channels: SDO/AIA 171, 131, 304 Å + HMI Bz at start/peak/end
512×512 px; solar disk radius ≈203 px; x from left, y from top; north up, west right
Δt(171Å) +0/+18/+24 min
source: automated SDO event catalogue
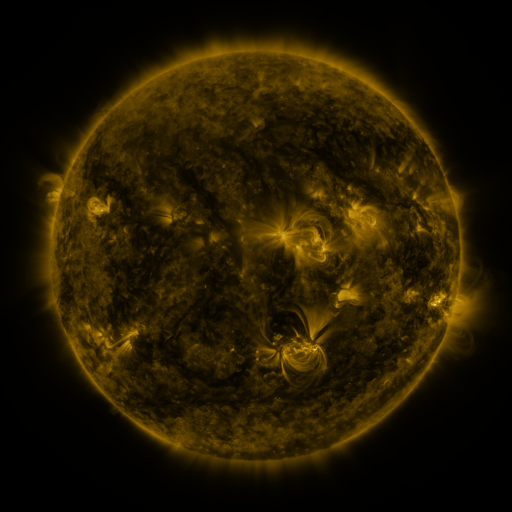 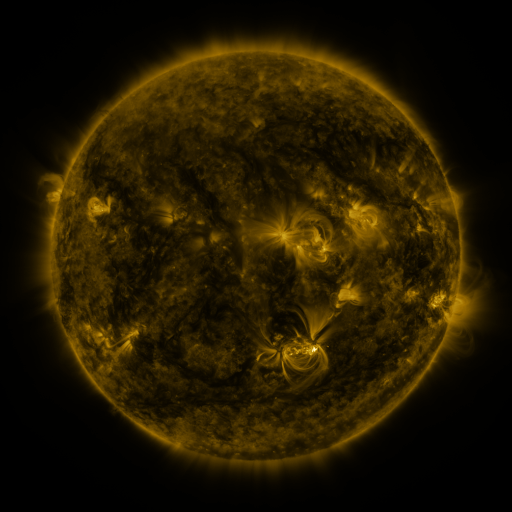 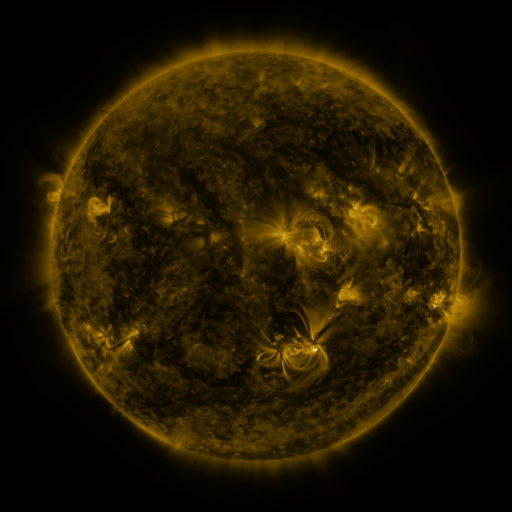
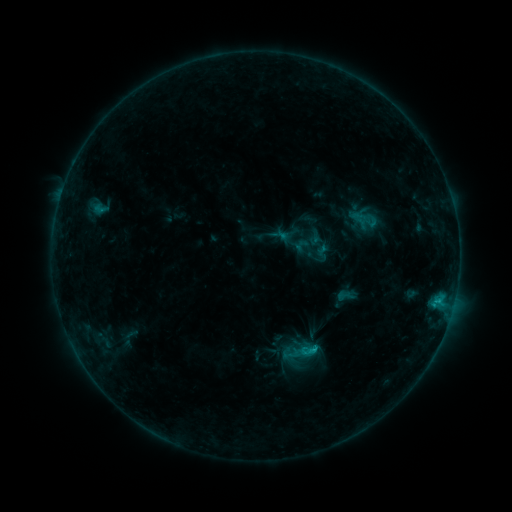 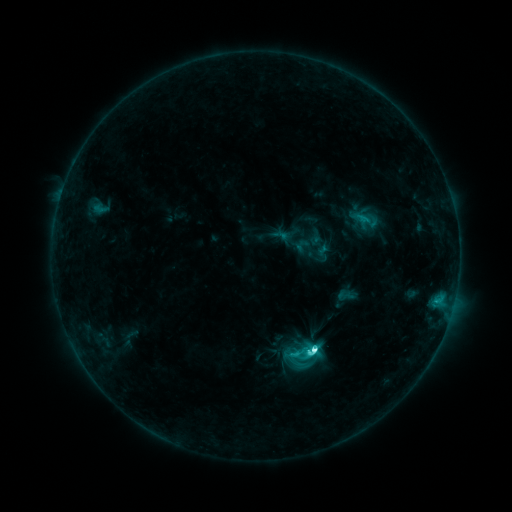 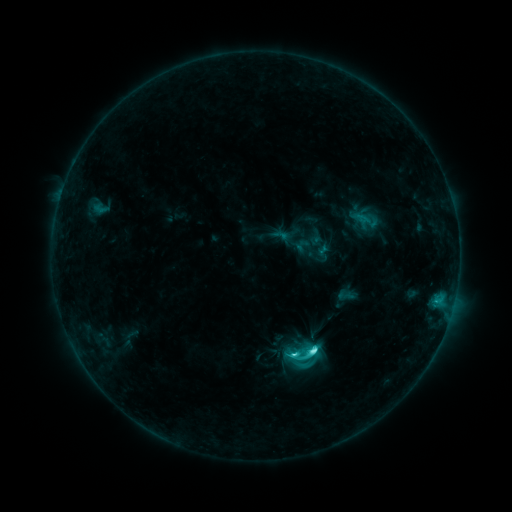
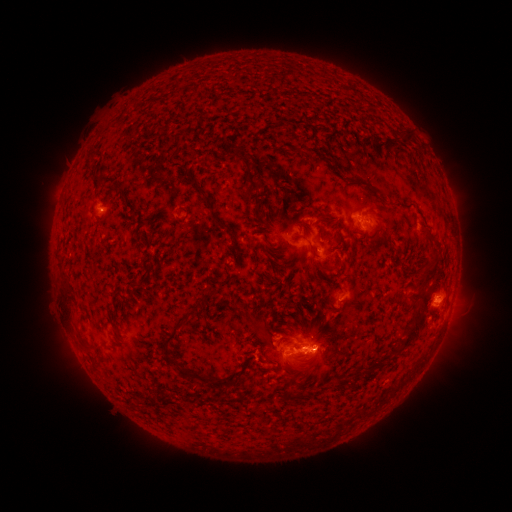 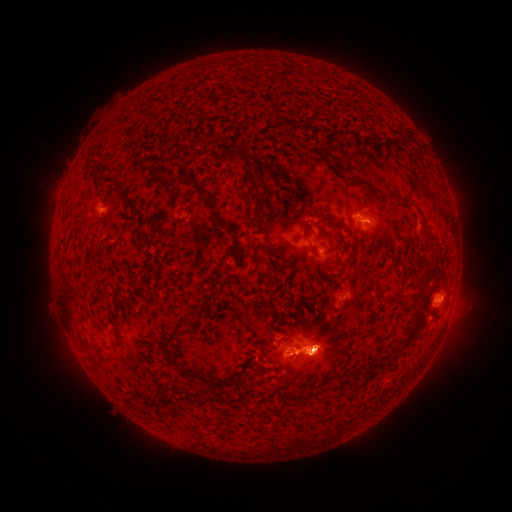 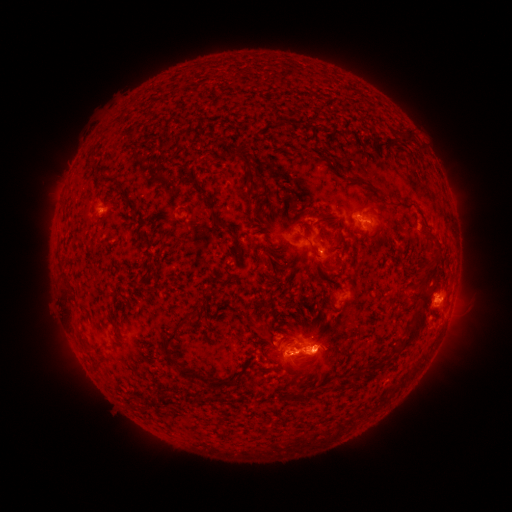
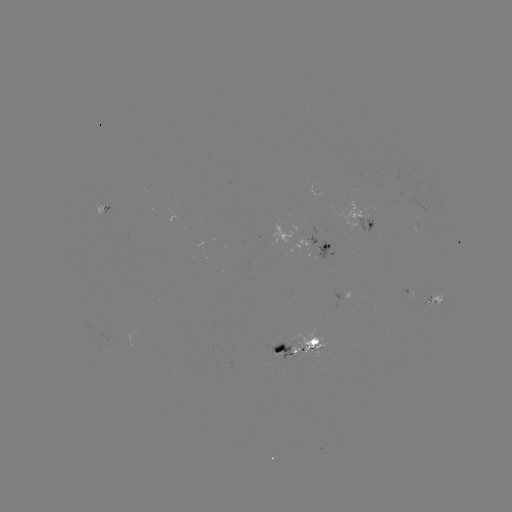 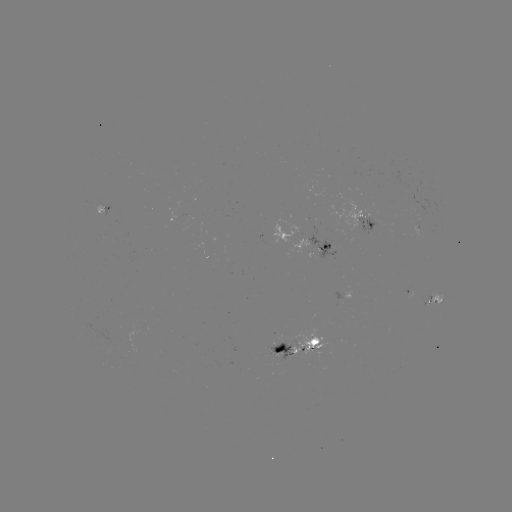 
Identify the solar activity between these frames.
C9.3 flare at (312, 347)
